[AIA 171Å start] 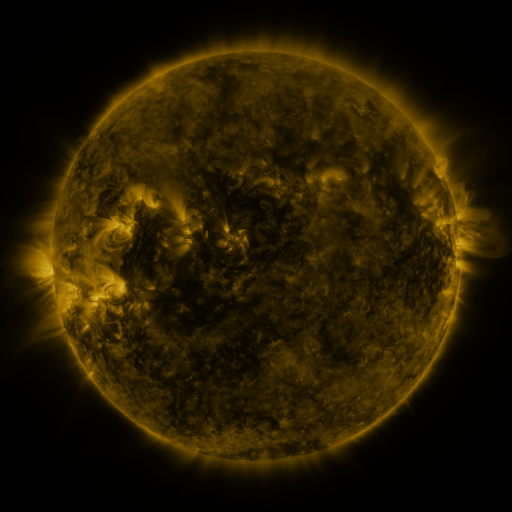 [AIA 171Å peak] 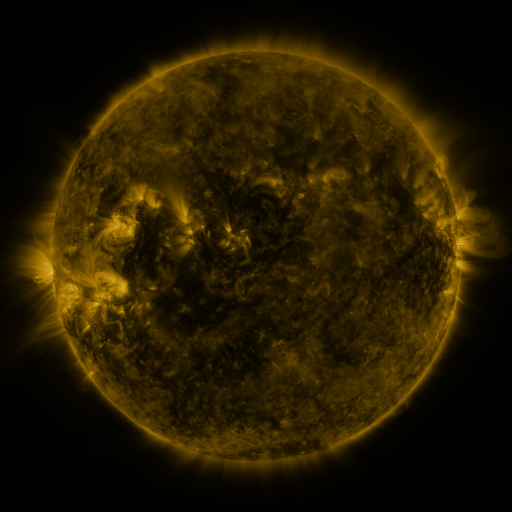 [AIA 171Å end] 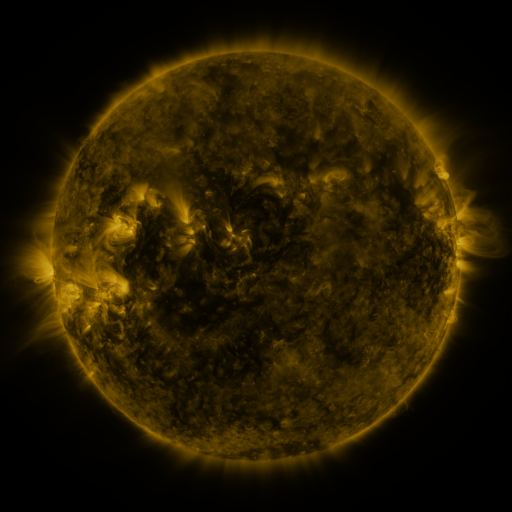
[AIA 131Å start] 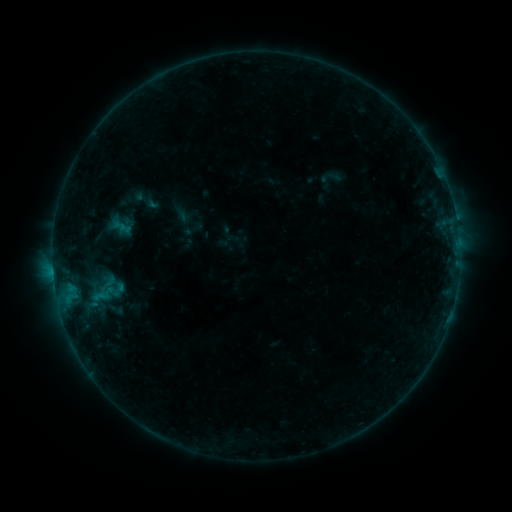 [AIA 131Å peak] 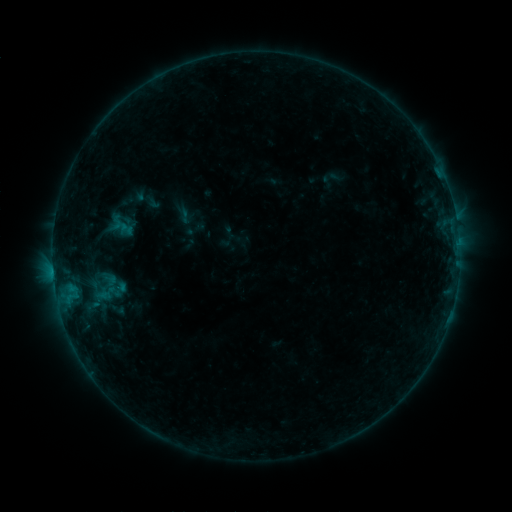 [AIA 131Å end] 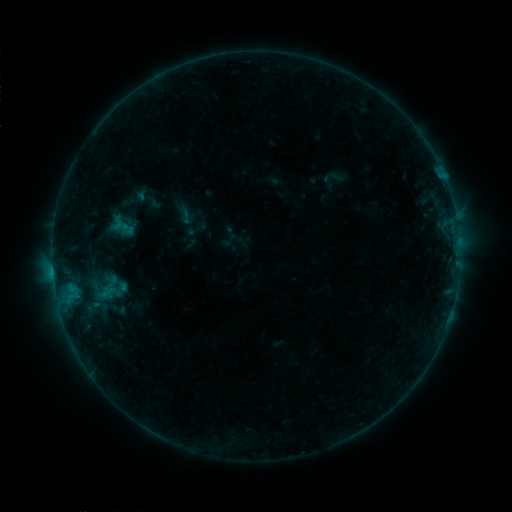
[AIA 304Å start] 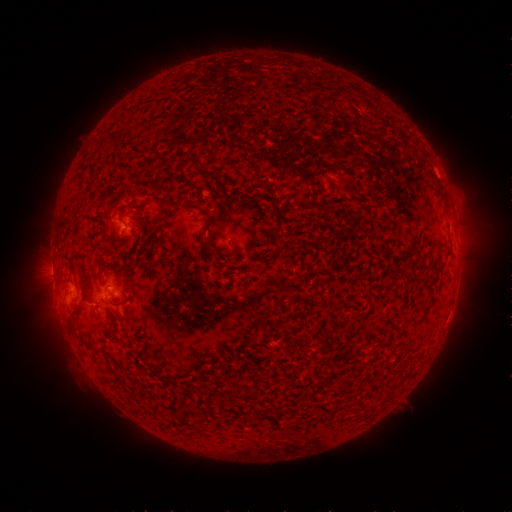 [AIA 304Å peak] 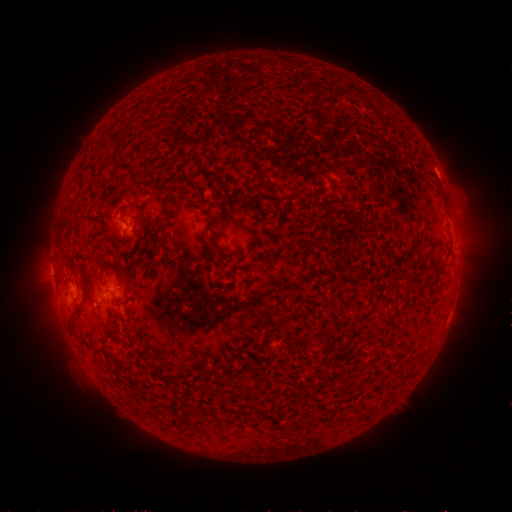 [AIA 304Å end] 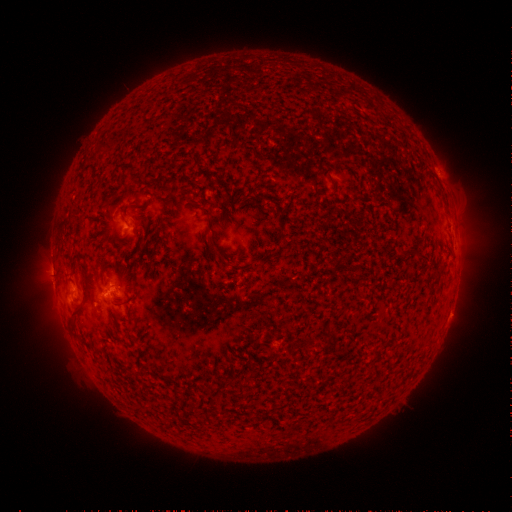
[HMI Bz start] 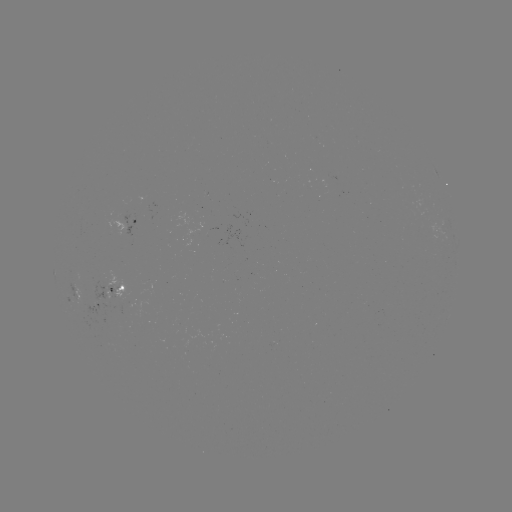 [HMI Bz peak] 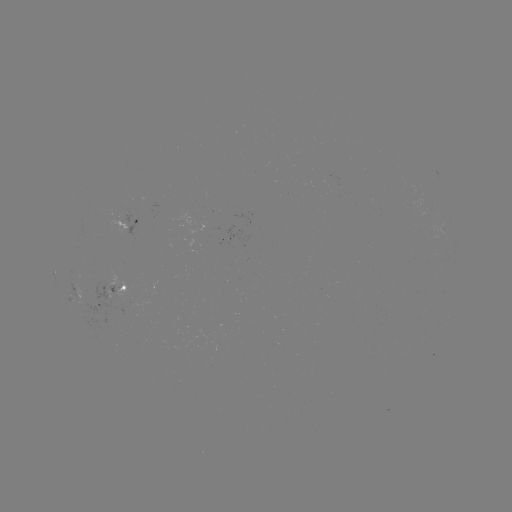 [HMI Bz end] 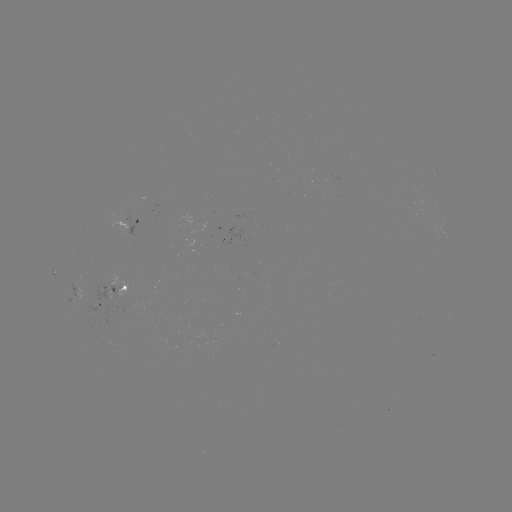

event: emerging-flux region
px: (123, 218)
